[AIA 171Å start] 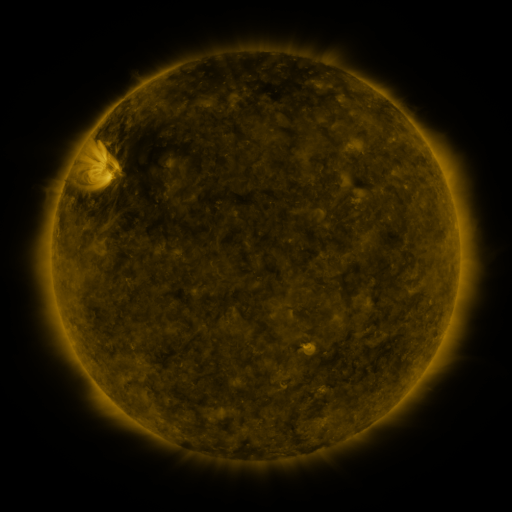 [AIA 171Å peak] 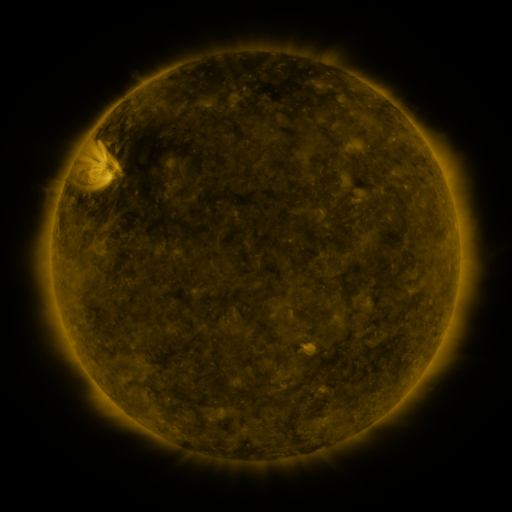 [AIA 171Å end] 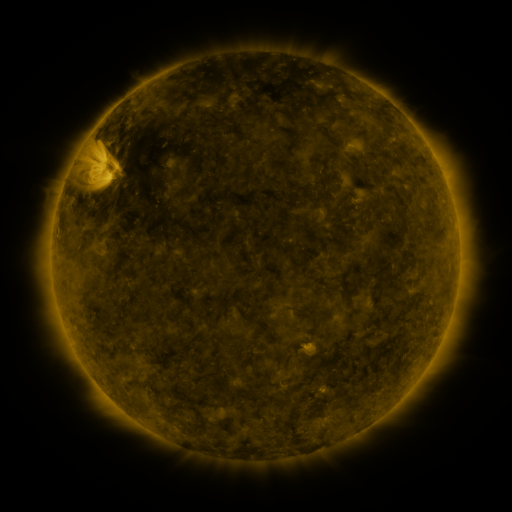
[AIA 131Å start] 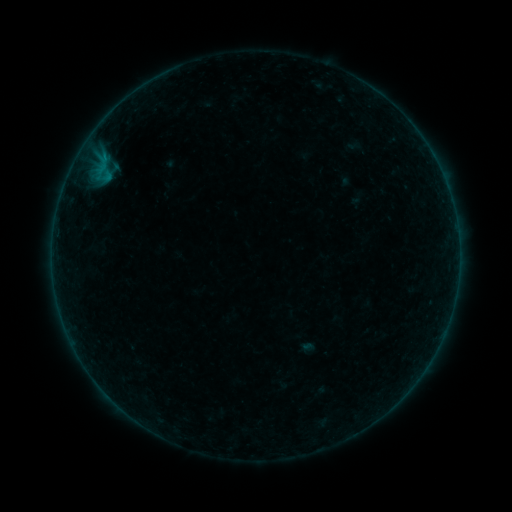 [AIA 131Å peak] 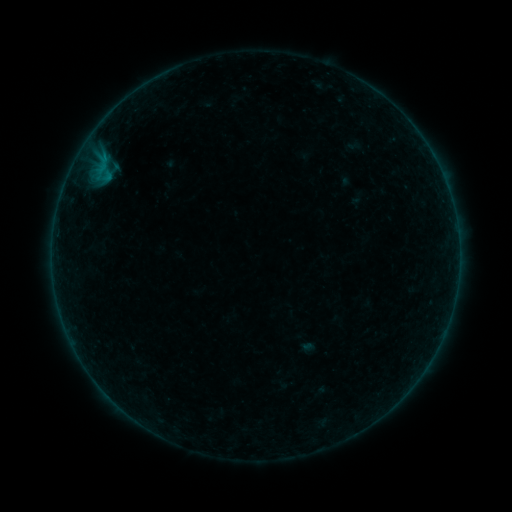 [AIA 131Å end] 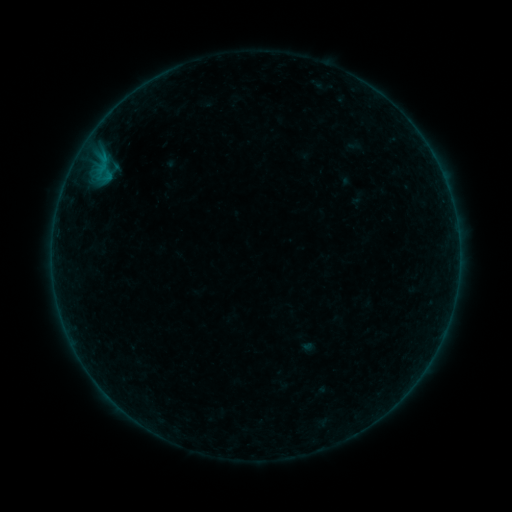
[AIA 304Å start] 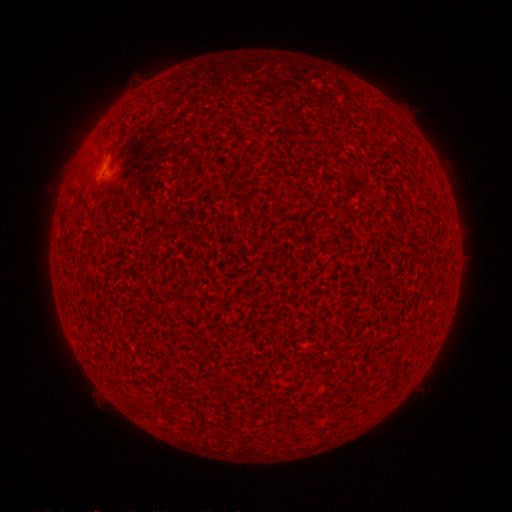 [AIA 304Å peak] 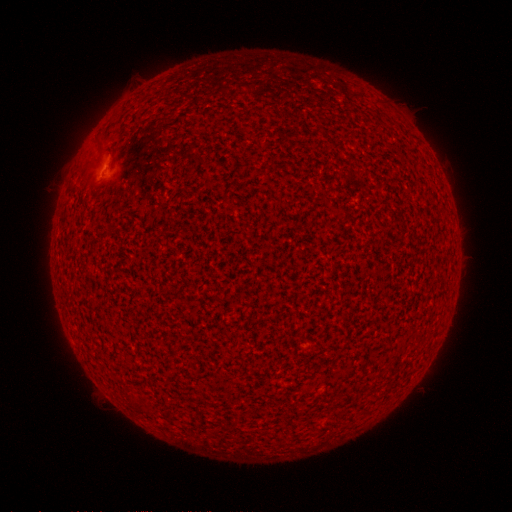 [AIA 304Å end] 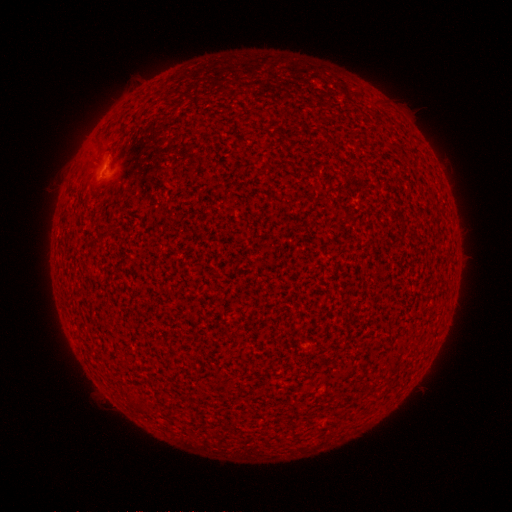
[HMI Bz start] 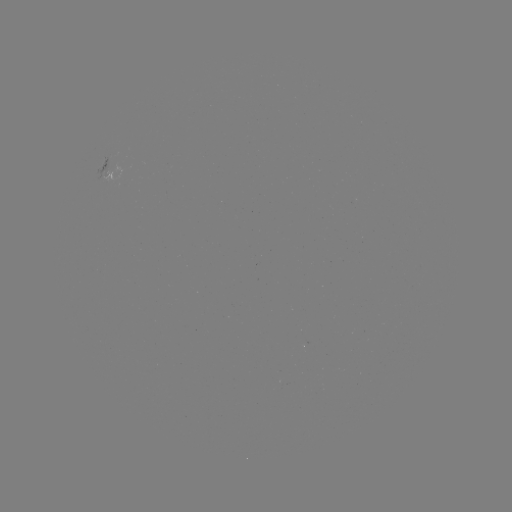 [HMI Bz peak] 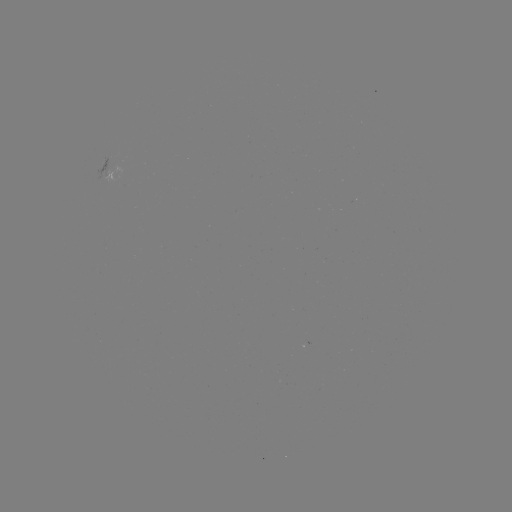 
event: flare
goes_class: B1.1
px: (94, 185)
